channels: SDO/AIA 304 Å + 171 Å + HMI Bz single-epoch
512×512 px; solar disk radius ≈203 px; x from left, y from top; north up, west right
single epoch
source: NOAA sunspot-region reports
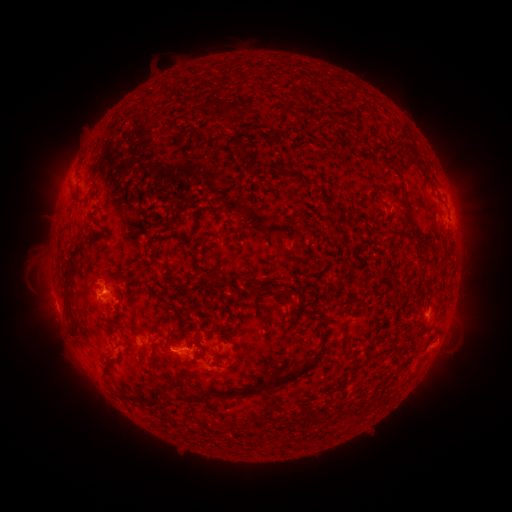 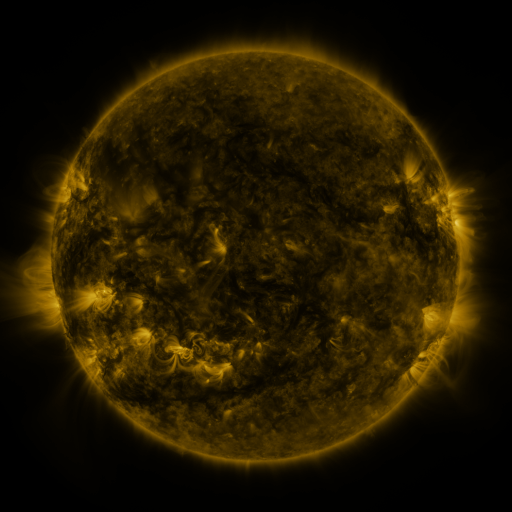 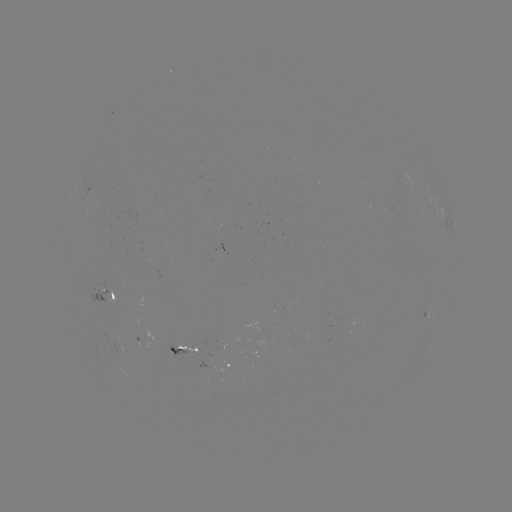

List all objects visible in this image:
spotted active region: (453, 220)
spotted active region: (108, 299)
spotted active region: (427, 316)
spotted active region: (140, 342)
spotted active region: (185, 351)
spotted active region: (227, 368)
